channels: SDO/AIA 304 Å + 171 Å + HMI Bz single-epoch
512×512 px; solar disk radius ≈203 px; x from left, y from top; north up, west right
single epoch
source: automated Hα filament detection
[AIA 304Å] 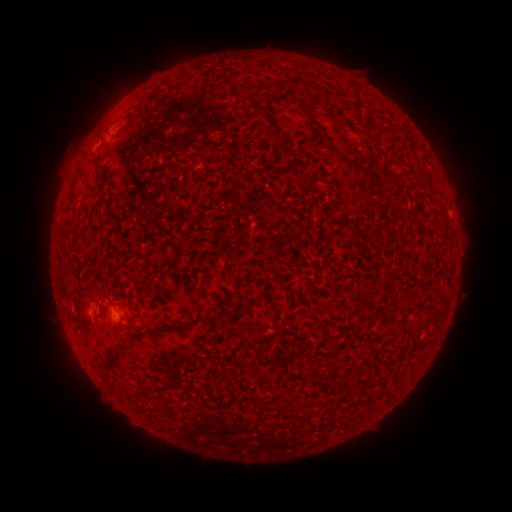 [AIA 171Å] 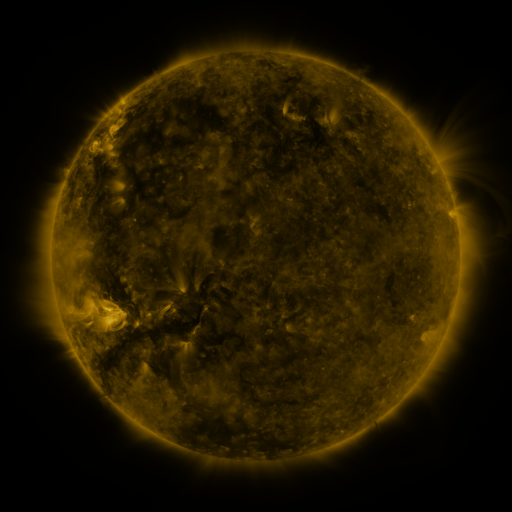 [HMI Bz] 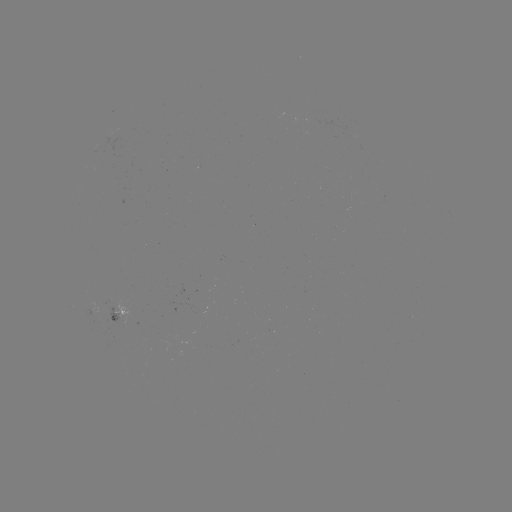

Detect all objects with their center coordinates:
filament: (250, 85)
filament: (256, 107)
filament: (337, 152)
filament: (109, 286)
